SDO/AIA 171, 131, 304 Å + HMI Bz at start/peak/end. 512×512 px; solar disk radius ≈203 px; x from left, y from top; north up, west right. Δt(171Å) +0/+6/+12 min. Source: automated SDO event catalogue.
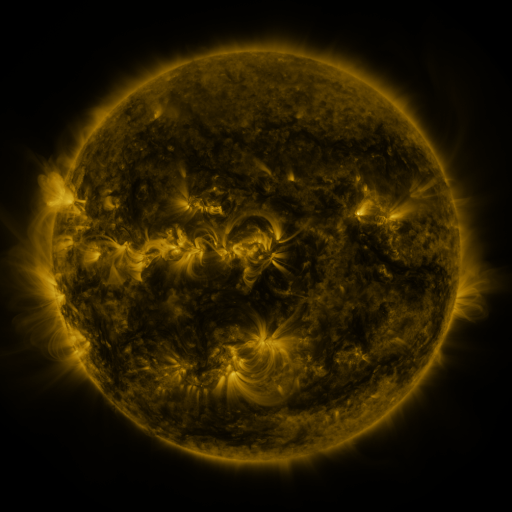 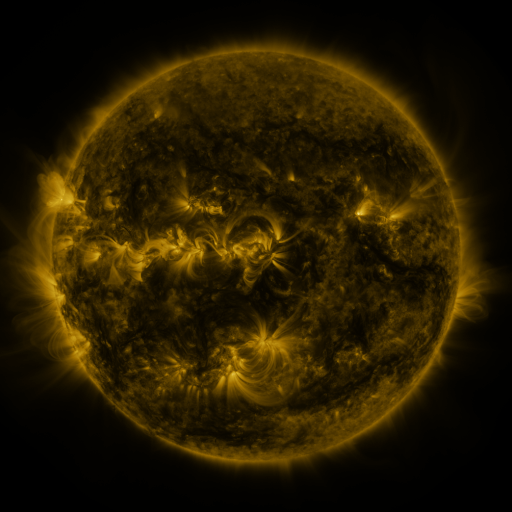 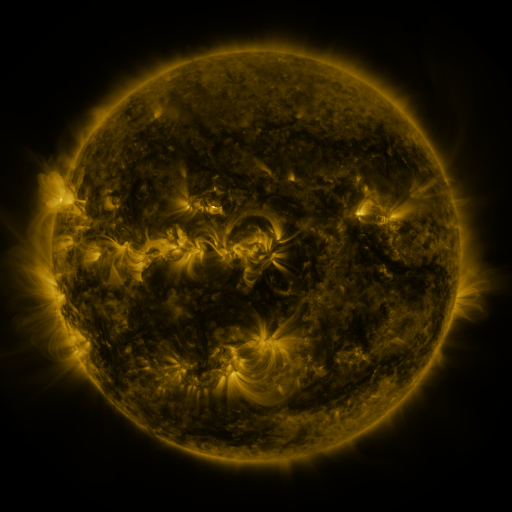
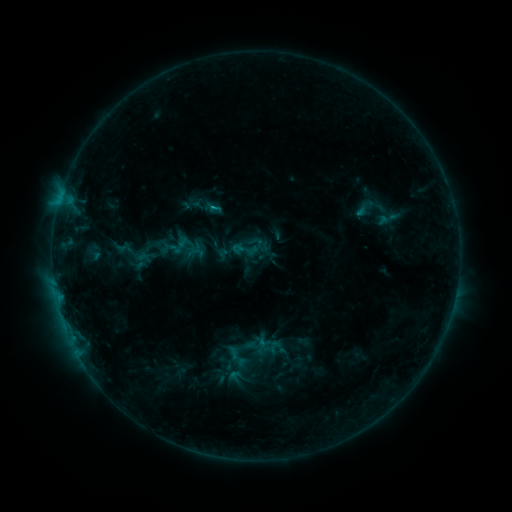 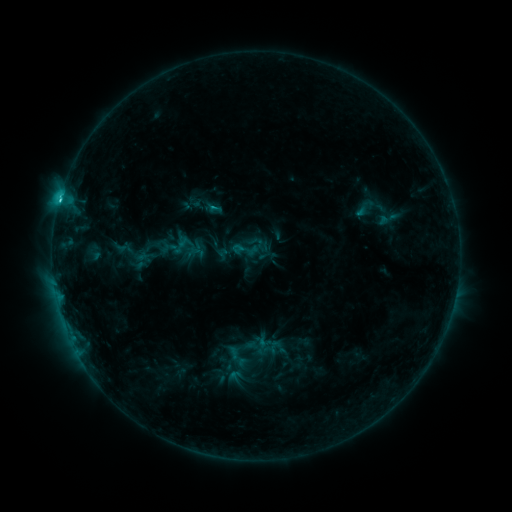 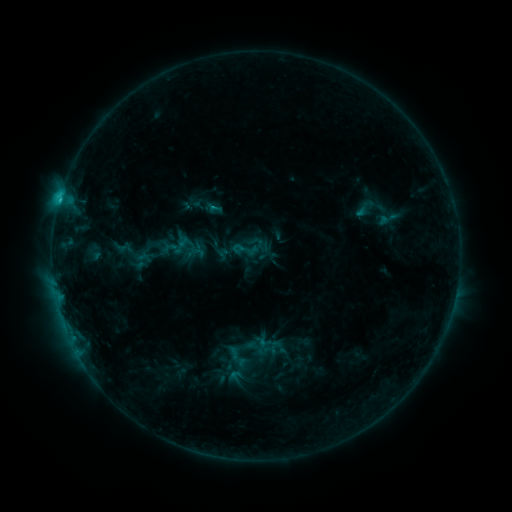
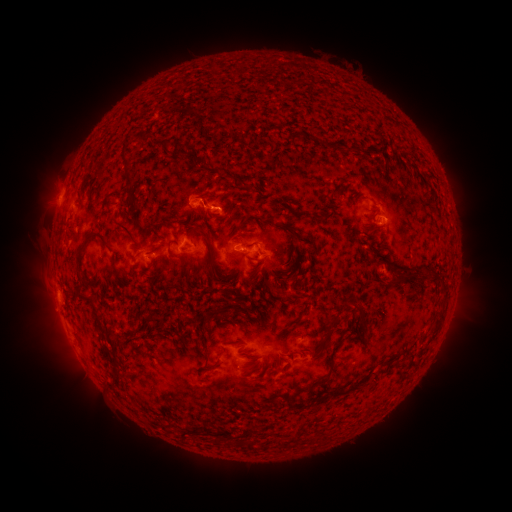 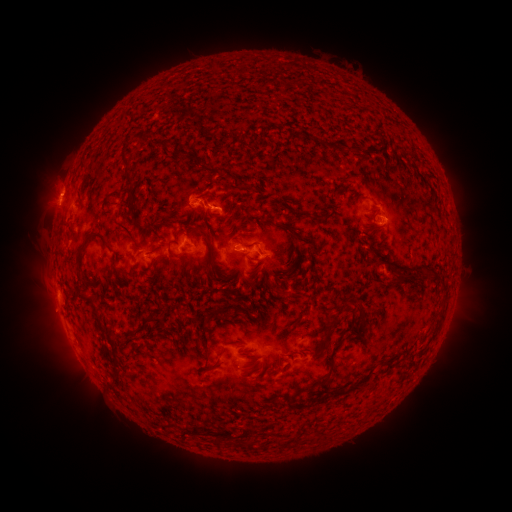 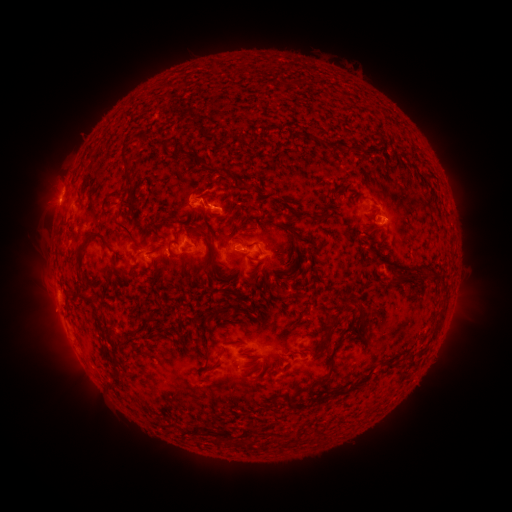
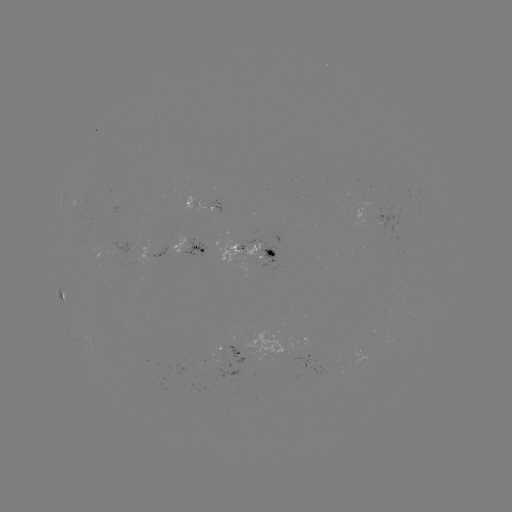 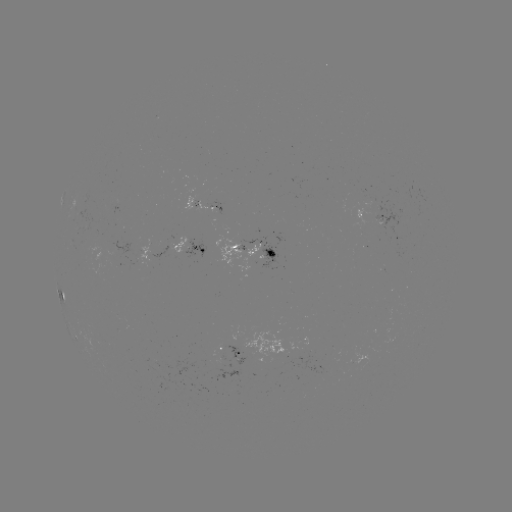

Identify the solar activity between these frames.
eruption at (55, 191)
